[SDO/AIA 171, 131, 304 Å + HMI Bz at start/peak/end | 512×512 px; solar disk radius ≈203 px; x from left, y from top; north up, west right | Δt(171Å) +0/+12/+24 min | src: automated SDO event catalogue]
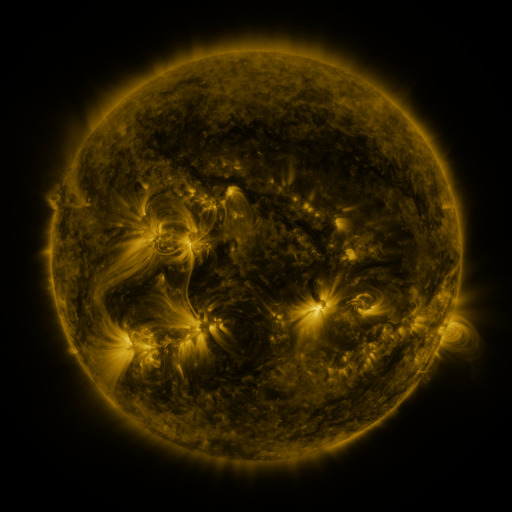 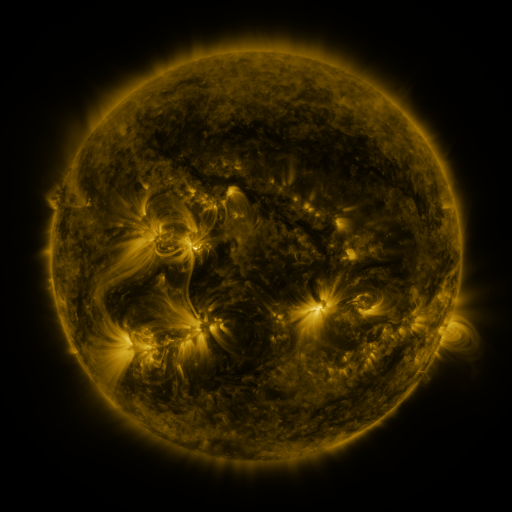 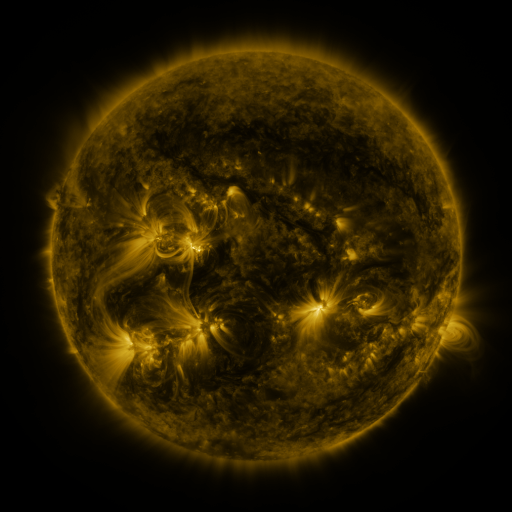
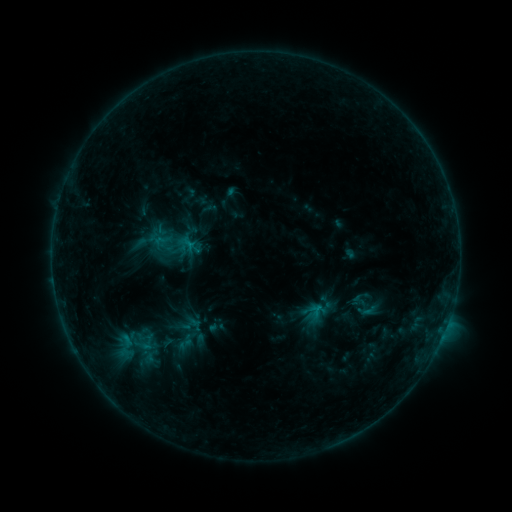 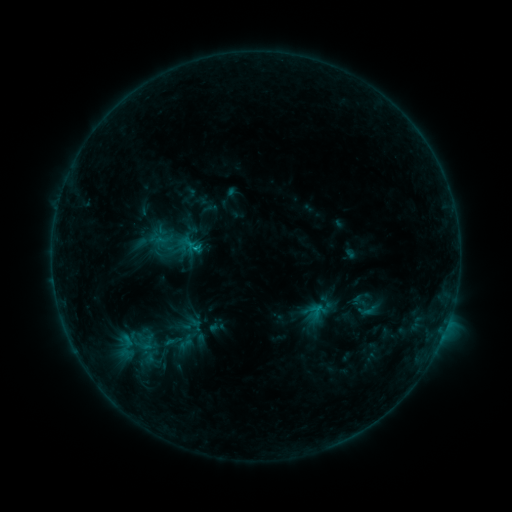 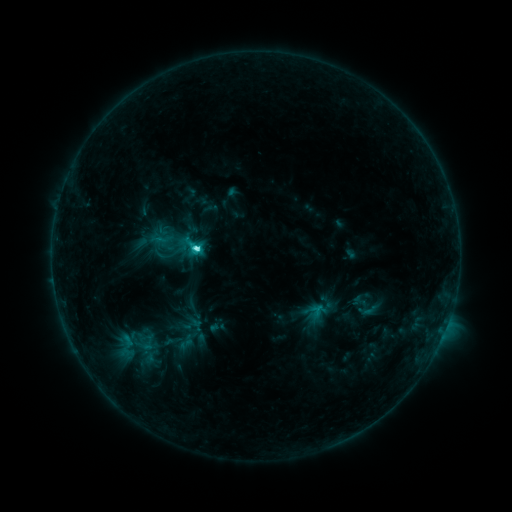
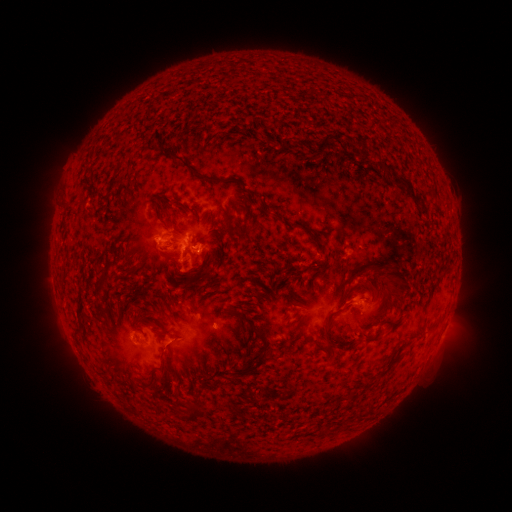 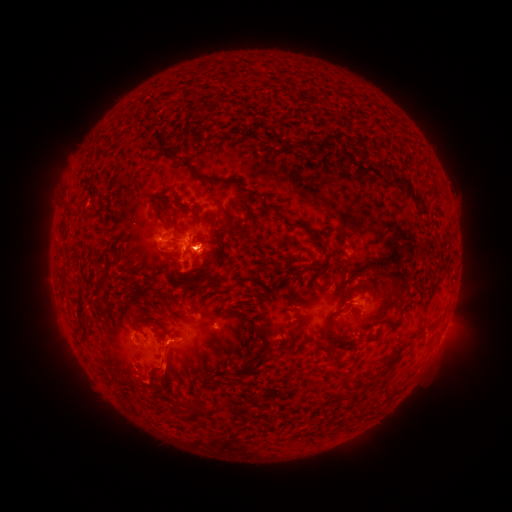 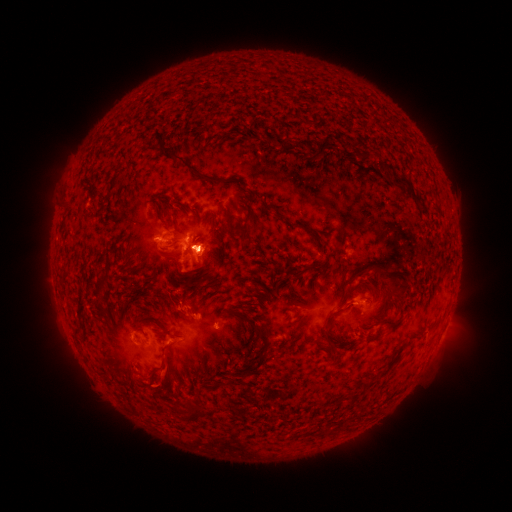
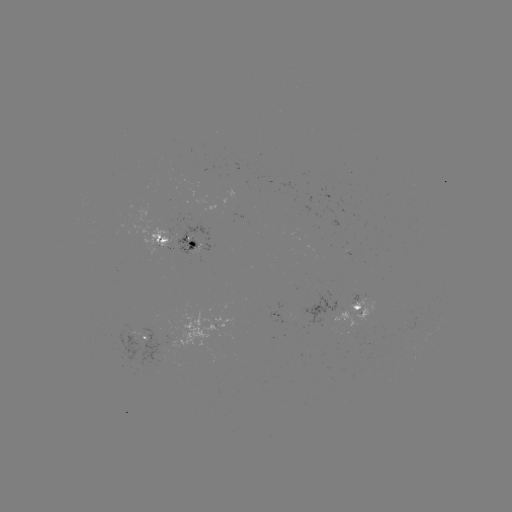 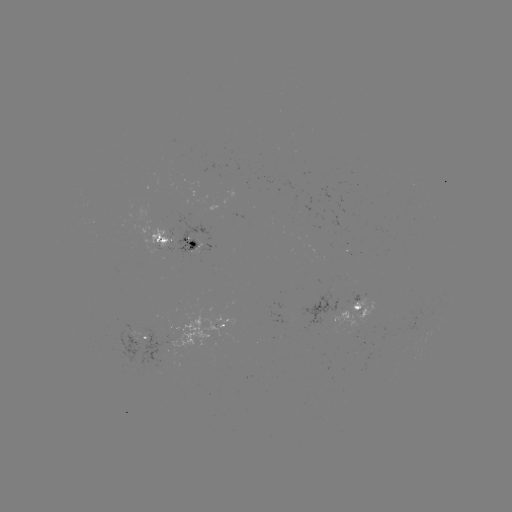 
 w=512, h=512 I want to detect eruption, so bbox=[125, 302, 205, 395].